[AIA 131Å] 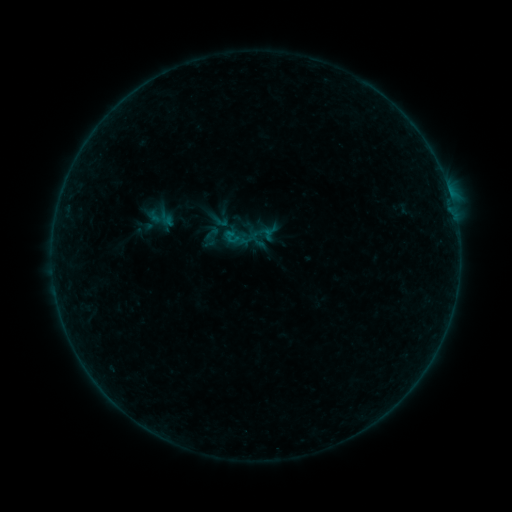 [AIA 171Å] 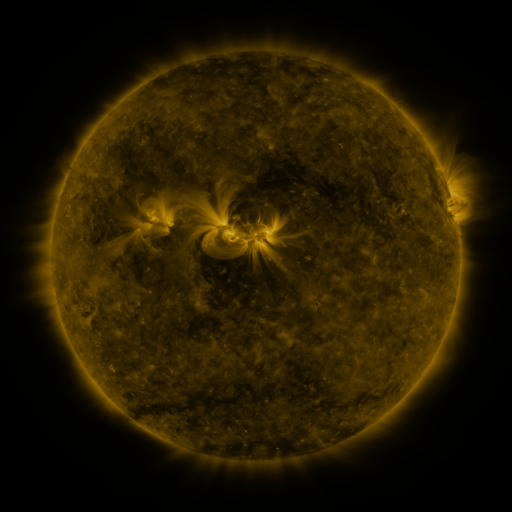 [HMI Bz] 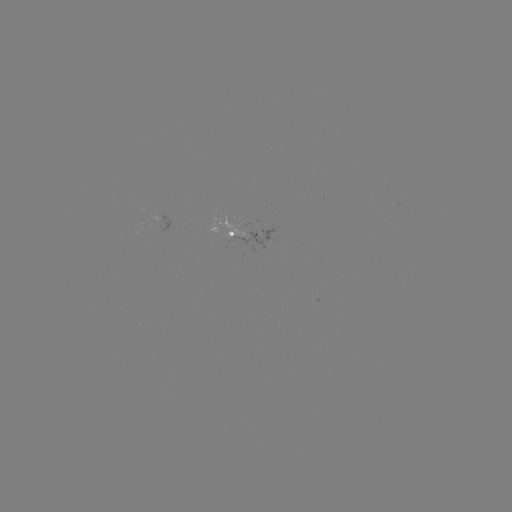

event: sigmoid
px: (232, 237)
